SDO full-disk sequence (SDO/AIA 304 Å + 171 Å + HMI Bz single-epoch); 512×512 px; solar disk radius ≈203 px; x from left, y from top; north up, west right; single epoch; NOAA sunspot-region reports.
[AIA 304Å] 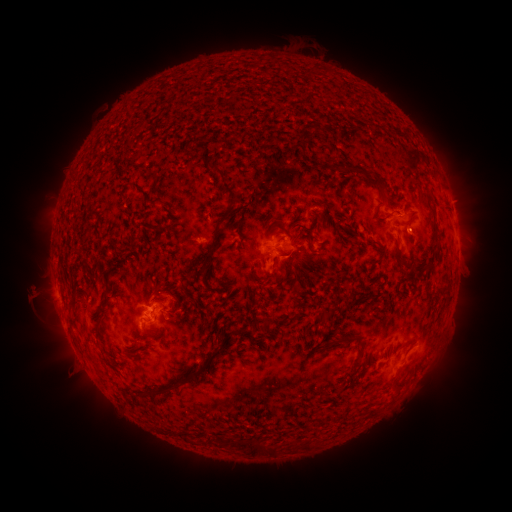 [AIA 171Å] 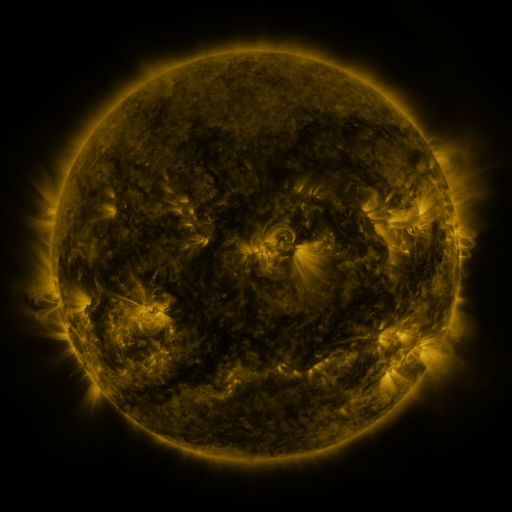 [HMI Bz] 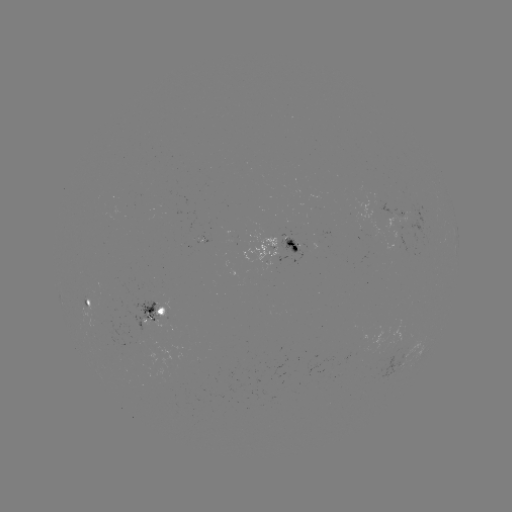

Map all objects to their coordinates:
spotted active region: (404, 214)
spotted active region: (457, 234)
spotted active region: (284, 245)
spotted active region: (85, 300)
spotted active region: (159, 313)
